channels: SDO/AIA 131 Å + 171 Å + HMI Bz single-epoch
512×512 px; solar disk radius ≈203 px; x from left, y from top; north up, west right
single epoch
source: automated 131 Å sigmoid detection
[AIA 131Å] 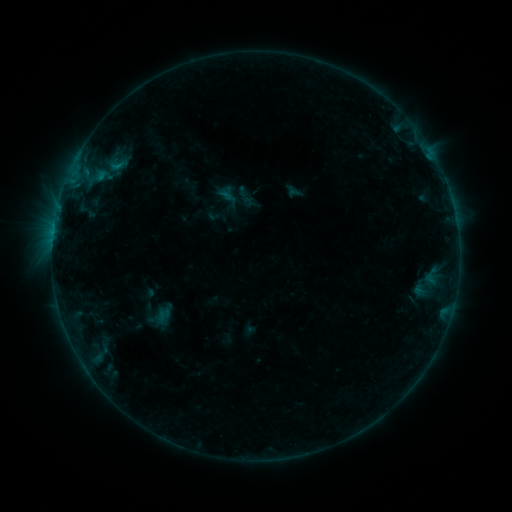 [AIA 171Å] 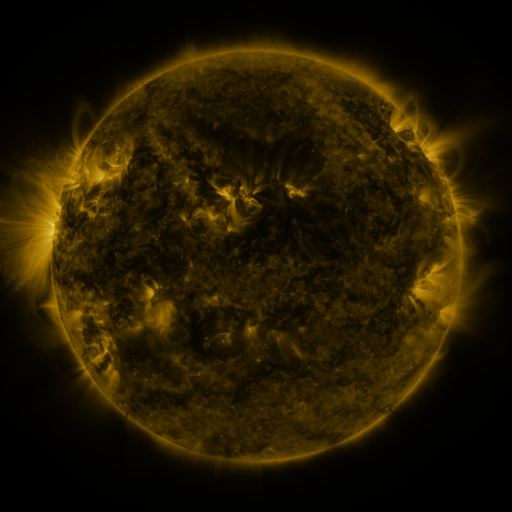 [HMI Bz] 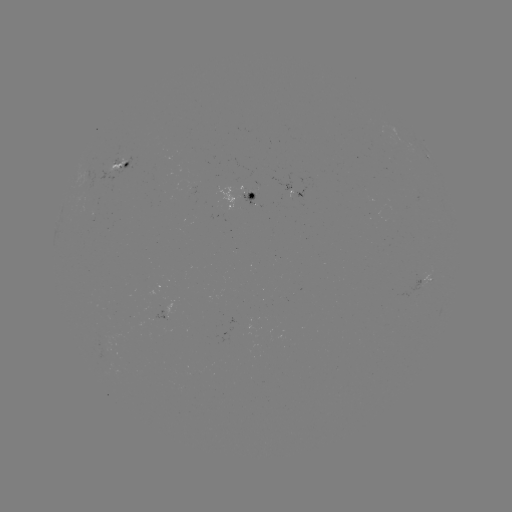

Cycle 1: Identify sigmoid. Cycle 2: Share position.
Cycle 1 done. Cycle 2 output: (236, 199).